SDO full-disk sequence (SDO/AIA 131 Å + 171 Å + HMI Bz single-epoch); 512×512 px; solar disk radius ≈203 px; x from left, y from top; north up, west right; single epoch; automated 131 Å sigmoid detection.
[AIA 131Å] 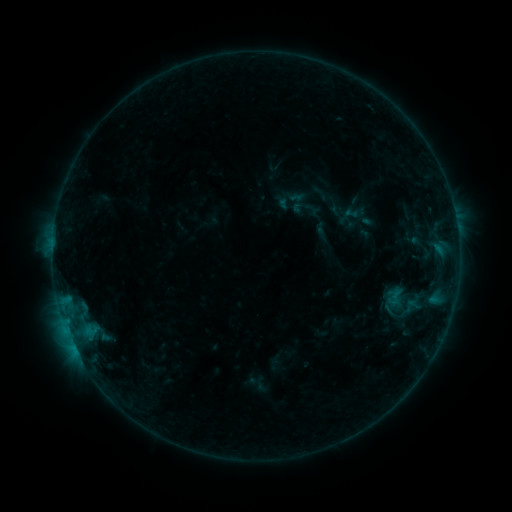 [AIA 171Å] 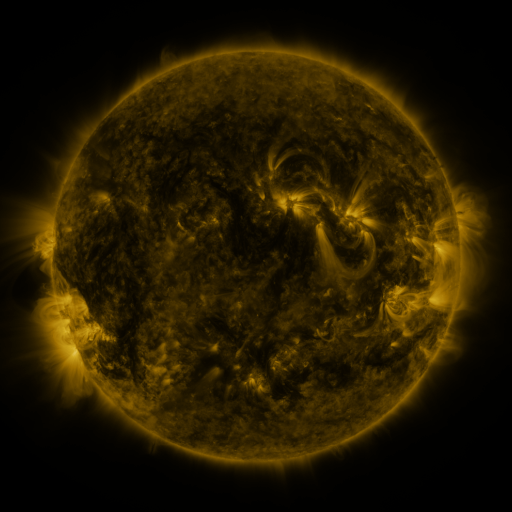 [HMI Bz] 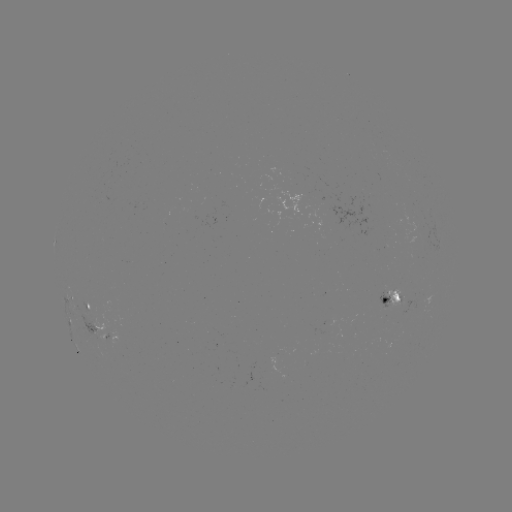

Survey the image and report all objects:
sigmoid: (409, 306)
